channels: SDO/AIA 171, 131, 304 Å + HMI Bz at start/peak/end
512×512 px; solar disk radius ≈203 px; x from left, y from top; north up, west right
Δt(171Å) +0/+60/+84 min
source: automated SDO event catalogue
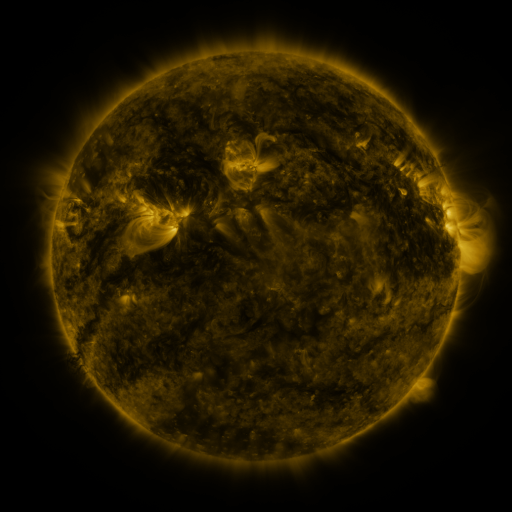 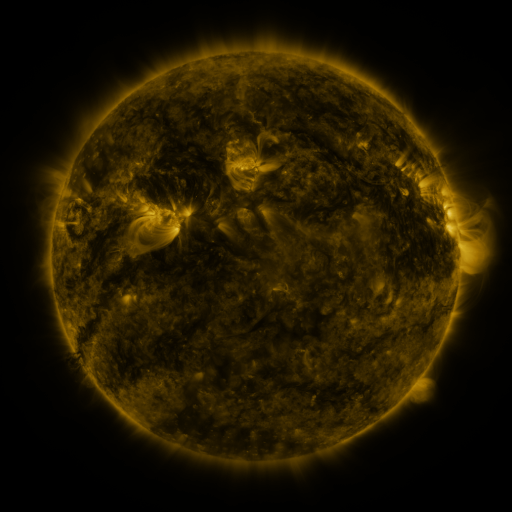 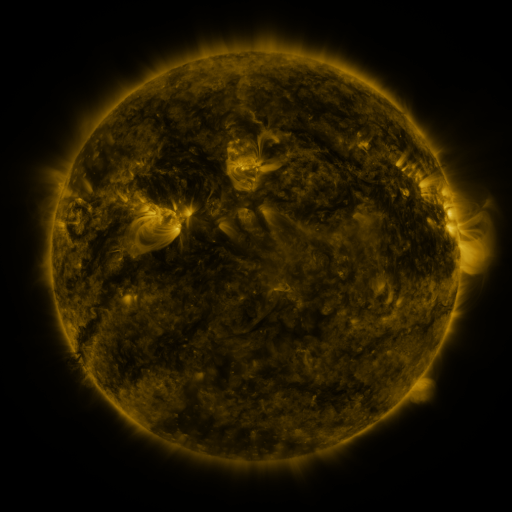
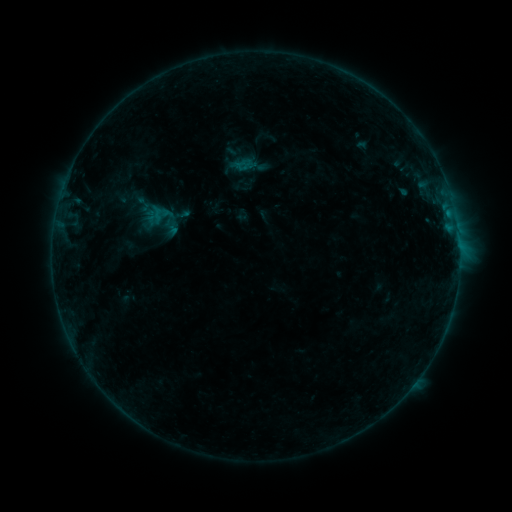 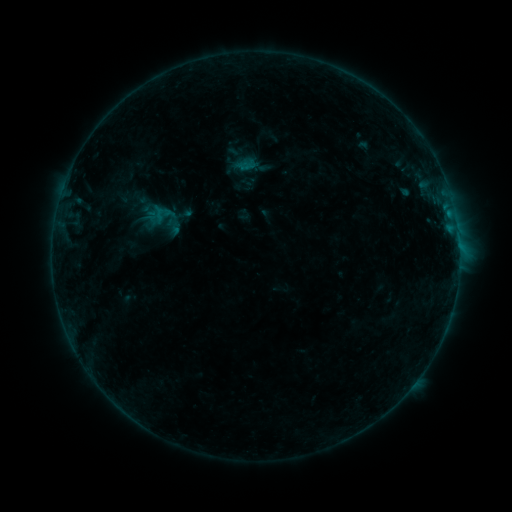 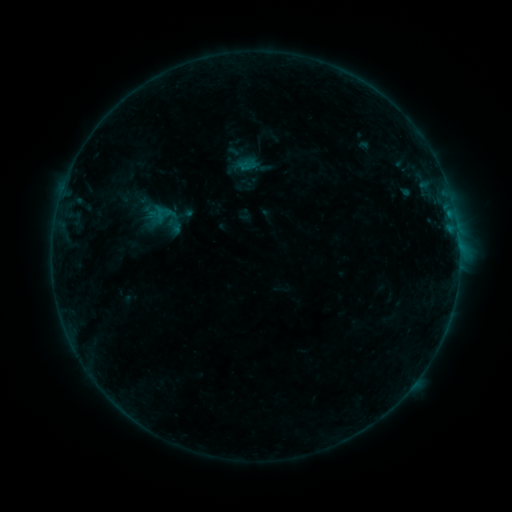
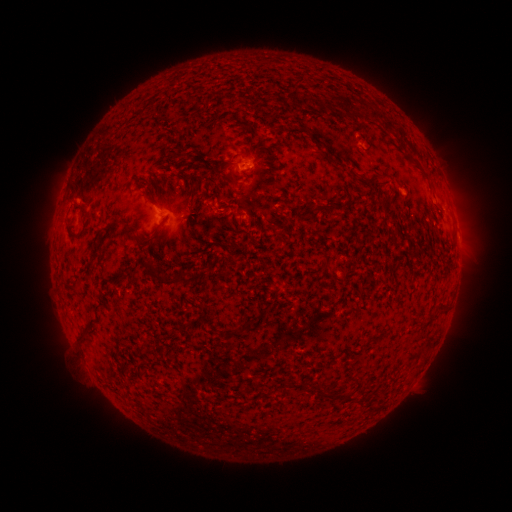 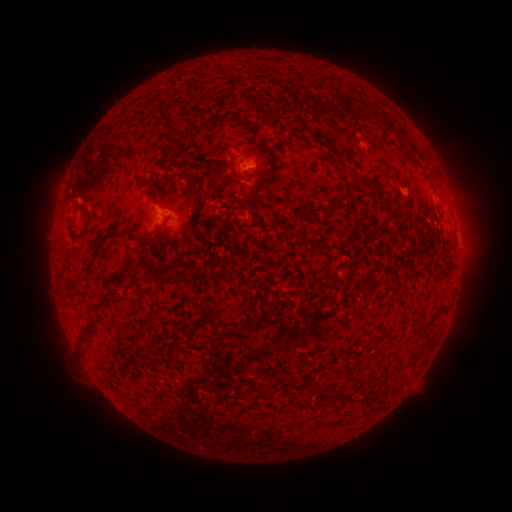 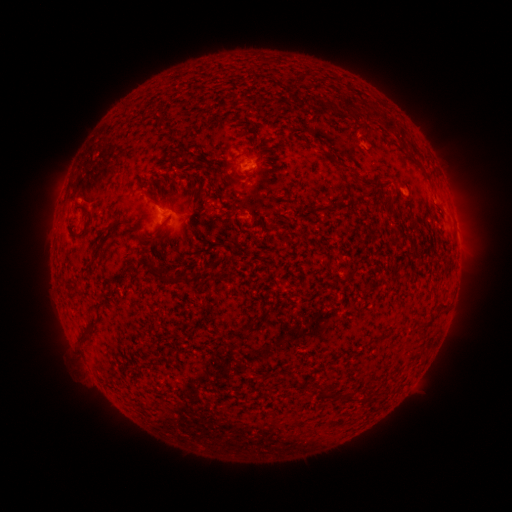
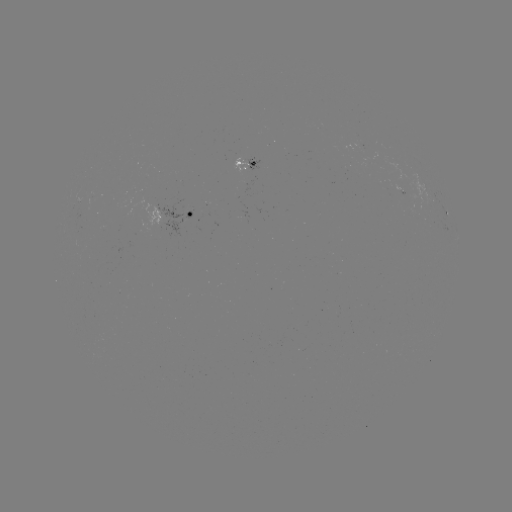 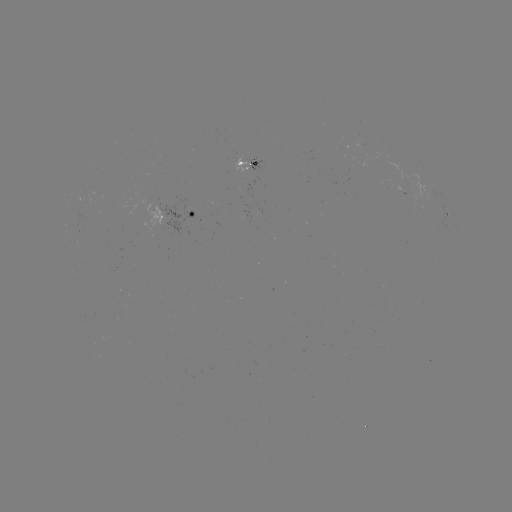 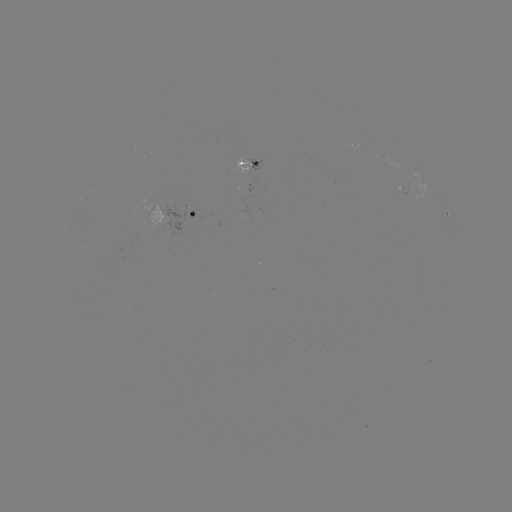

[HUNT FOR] emerging-flux region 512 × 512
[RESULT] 410,200